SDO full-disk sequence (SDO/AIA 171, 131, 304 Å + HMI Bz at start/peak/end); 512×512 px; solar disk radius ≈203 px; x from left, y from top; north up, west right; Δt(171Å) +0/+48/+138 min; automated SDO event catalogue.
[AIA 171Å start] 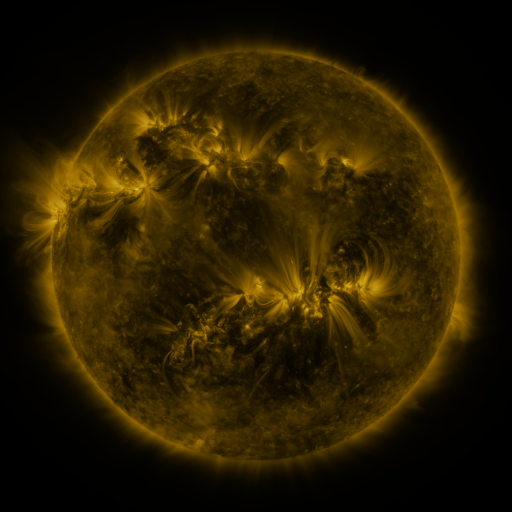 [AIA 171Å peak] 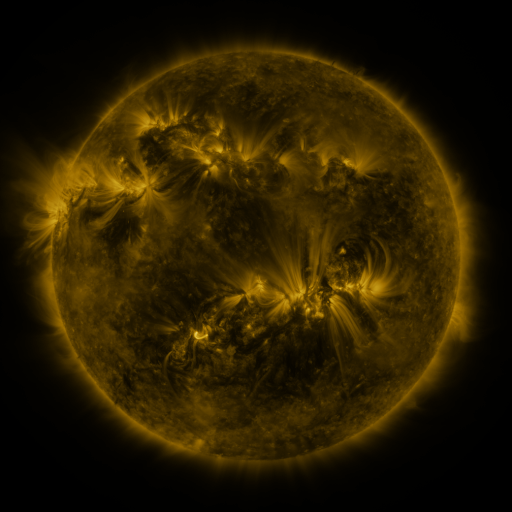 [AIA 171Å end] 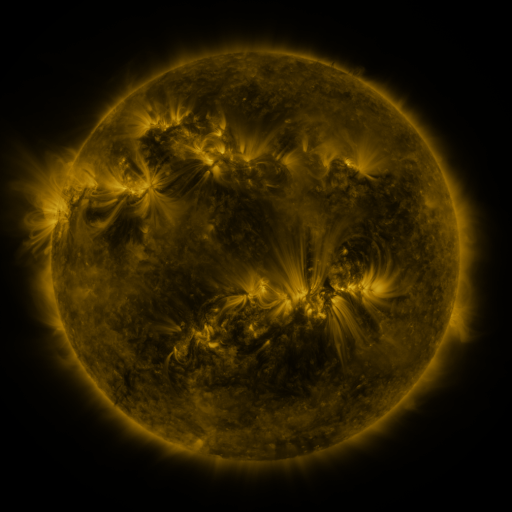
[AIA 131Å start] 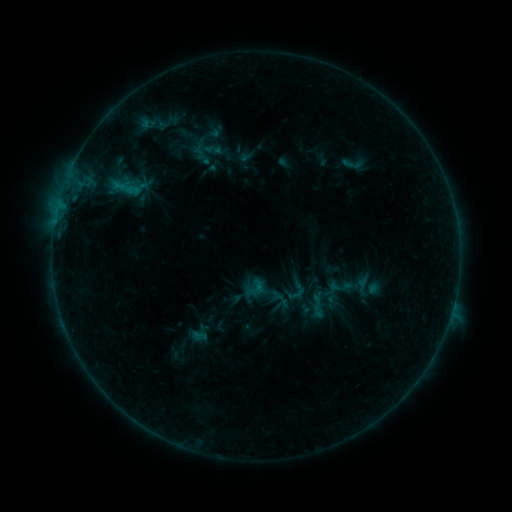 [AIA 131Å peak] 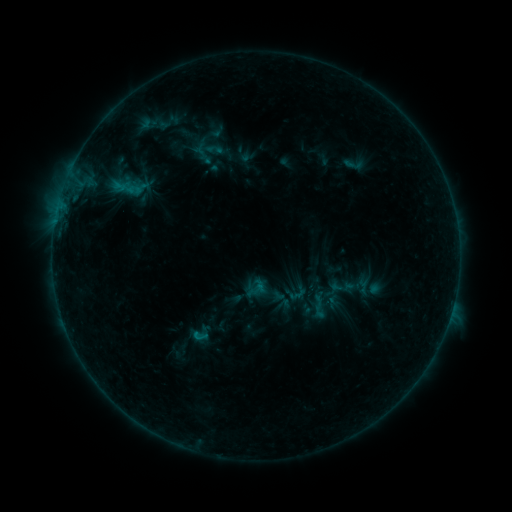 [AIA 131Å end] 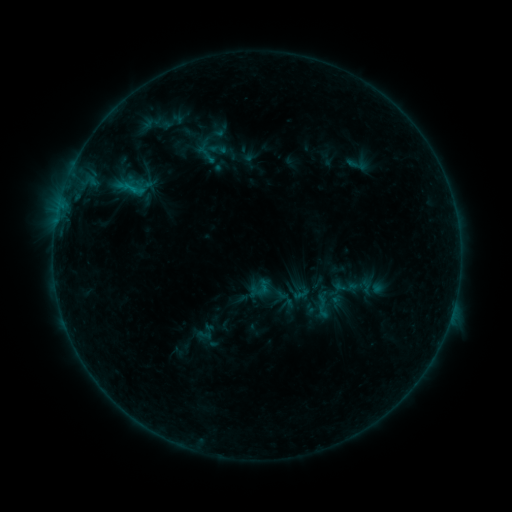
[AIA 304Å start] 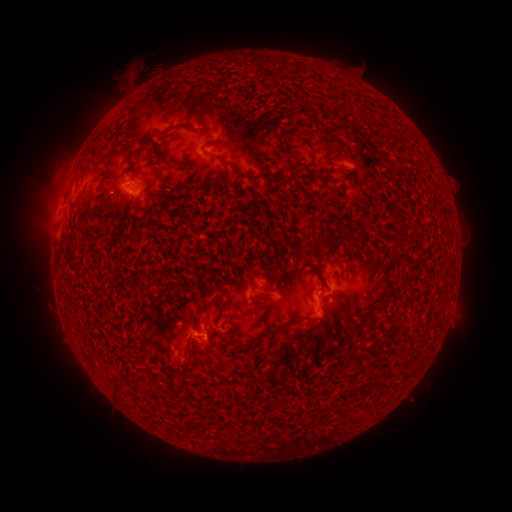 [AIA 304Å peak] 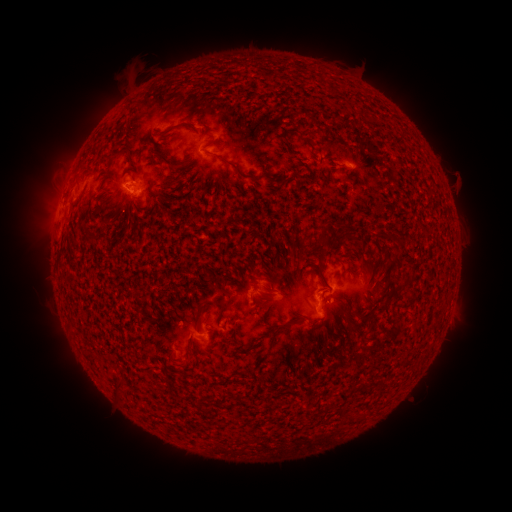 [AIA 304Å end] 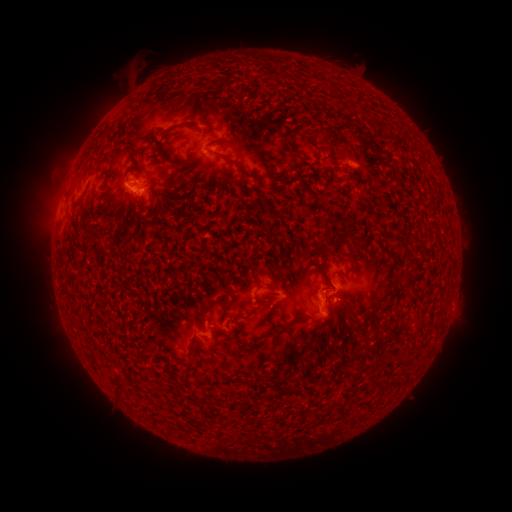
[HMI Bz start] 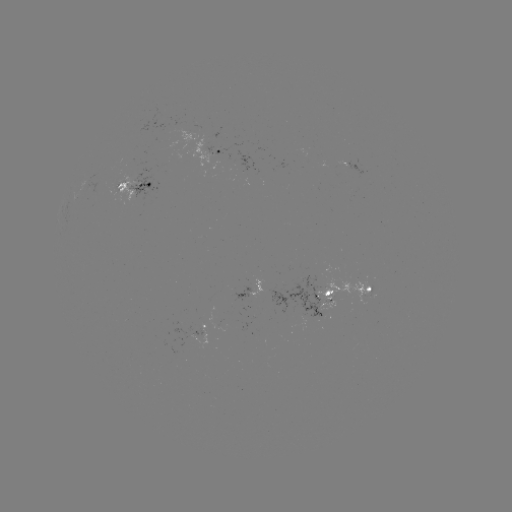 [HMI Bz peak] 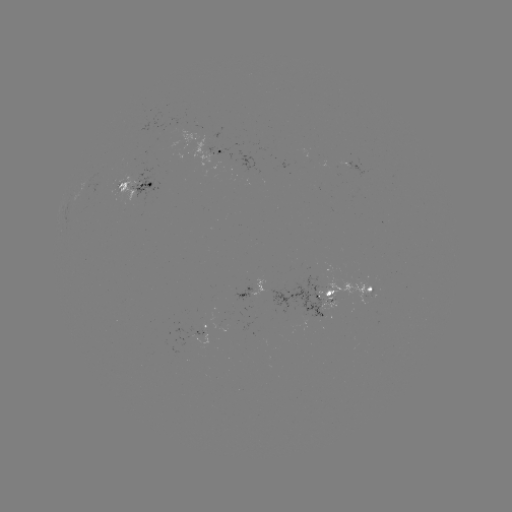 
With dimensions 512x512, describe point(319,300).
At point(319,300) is emerging-flux region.